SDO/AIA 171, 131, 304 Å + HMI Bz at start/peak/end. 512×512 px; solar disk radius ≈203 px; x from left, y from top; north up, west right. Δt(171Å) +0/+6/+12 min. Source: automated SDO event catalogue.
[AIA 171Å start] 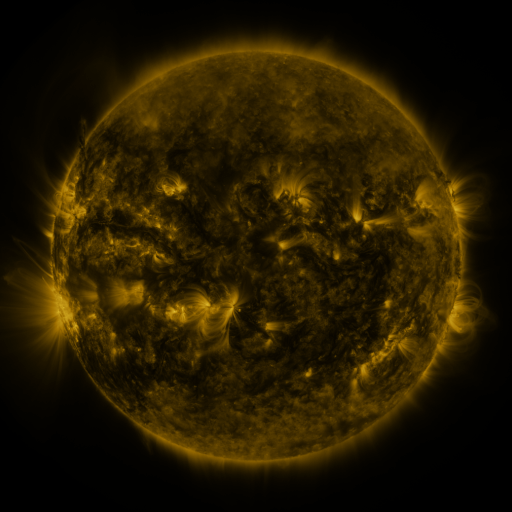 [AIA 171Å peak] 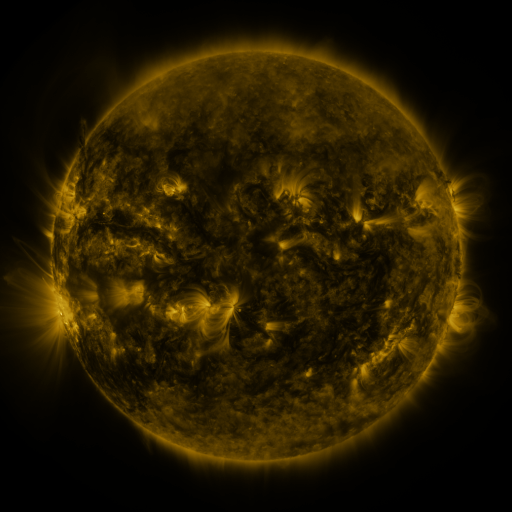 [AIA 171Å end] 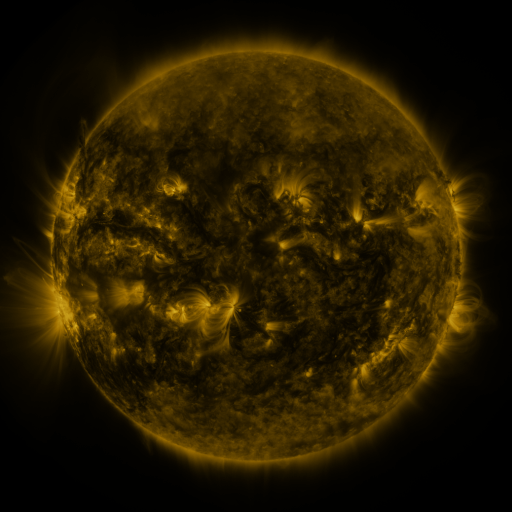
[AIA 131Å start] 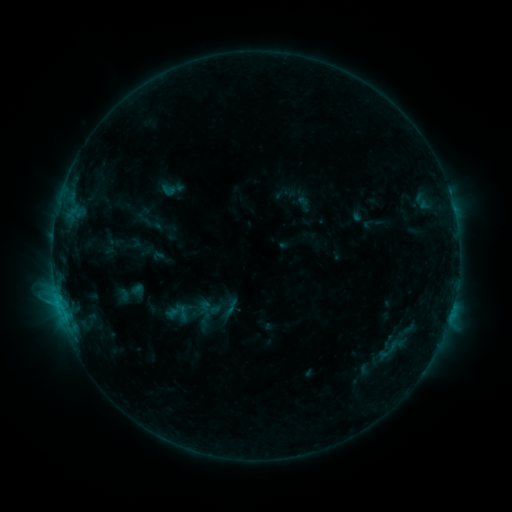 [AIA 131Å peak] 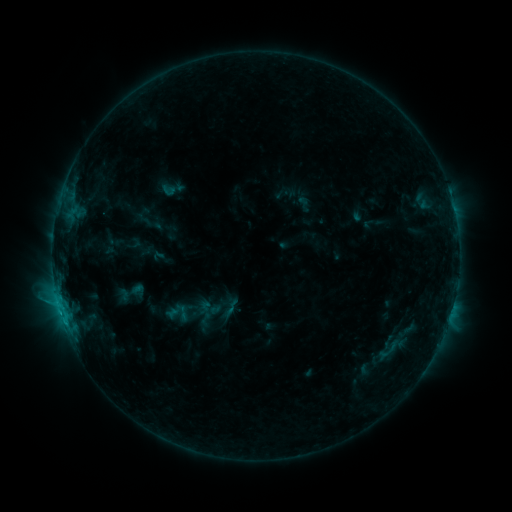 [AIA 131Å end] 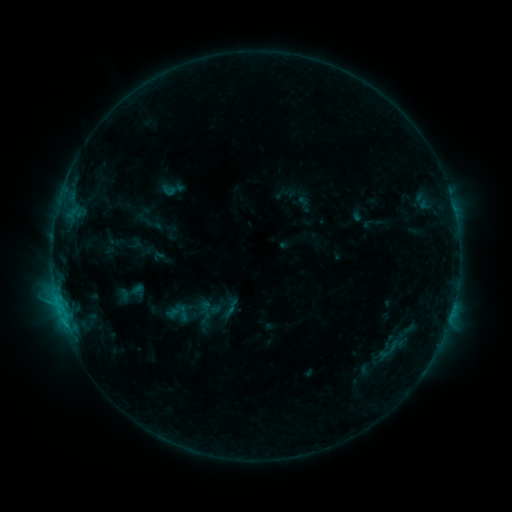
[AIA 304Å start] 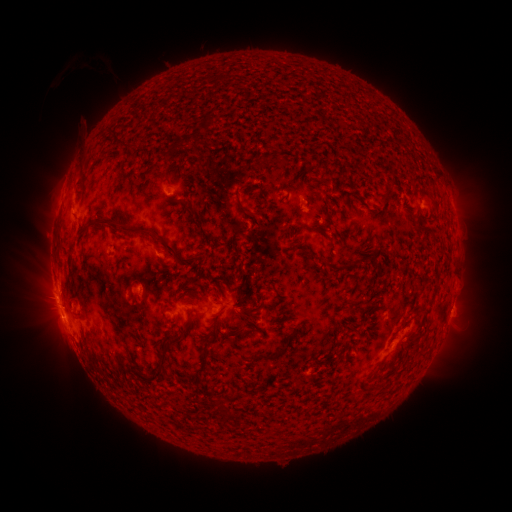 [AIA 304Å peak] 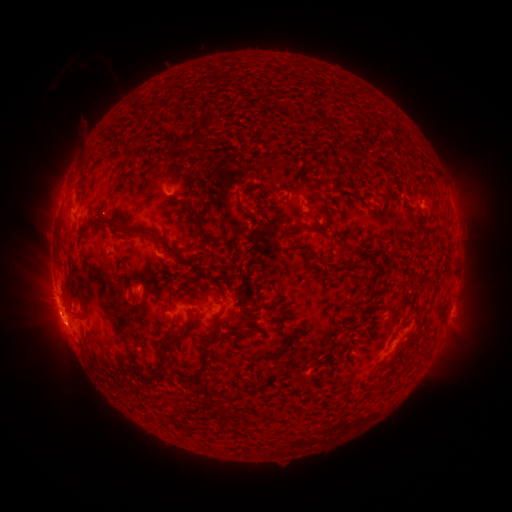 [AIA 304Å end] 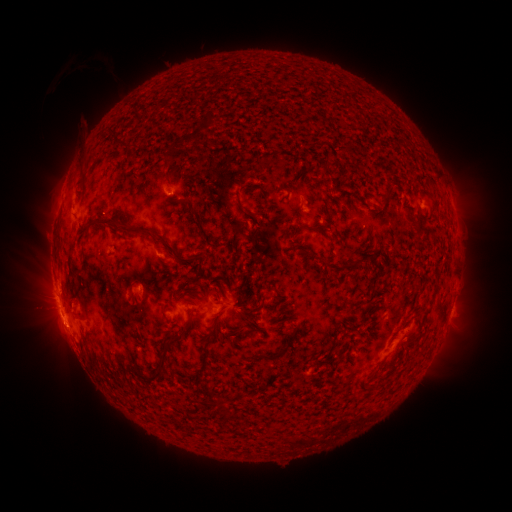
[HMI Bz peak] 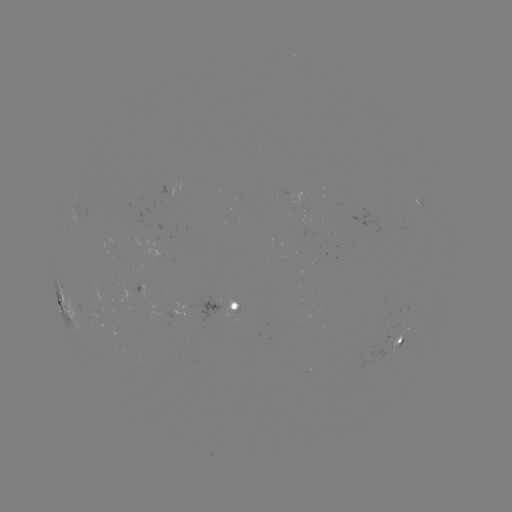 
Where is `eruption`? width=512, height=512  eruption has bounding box [19, 290, 89, 362].